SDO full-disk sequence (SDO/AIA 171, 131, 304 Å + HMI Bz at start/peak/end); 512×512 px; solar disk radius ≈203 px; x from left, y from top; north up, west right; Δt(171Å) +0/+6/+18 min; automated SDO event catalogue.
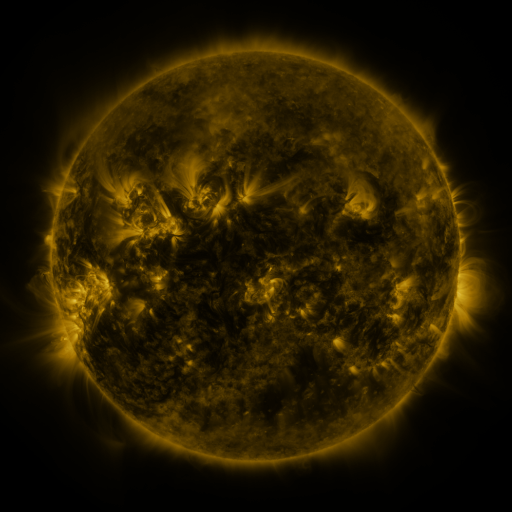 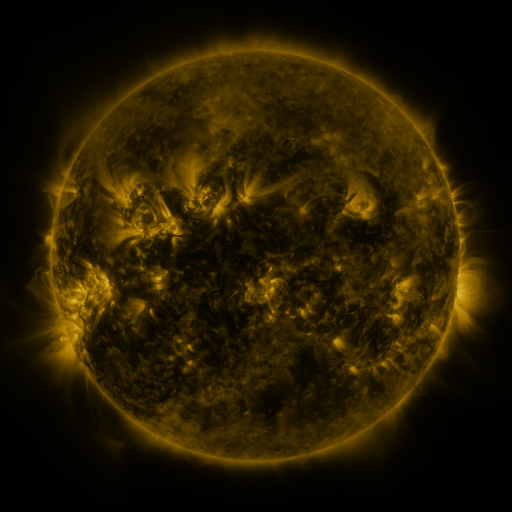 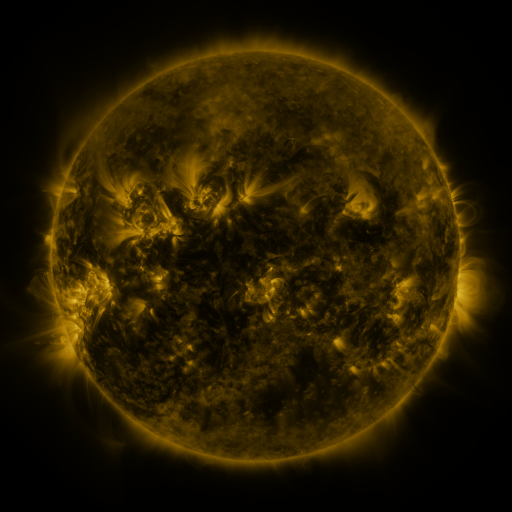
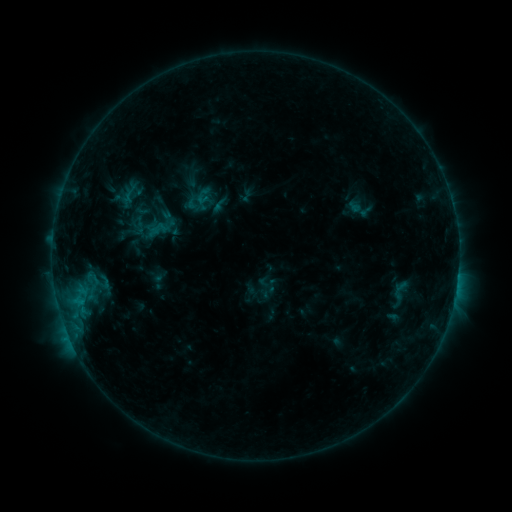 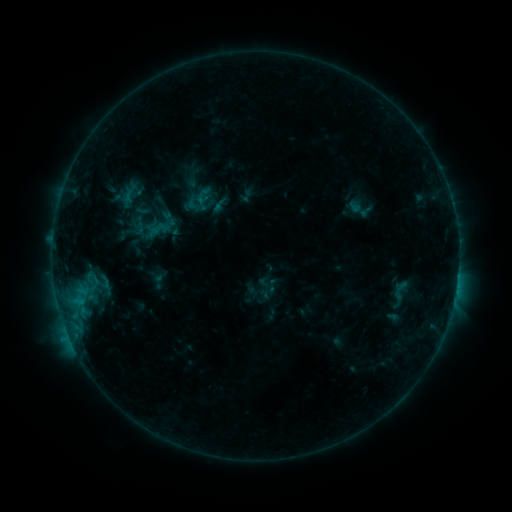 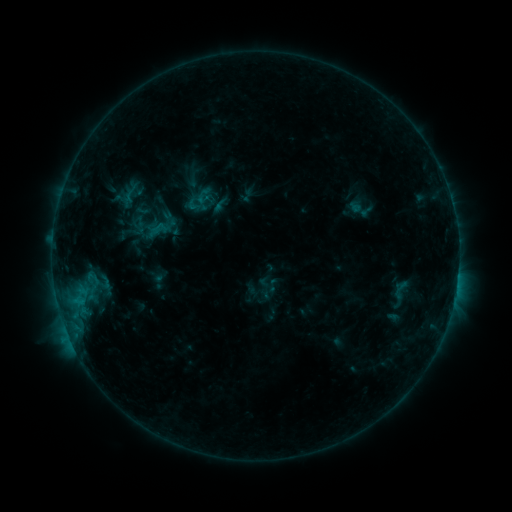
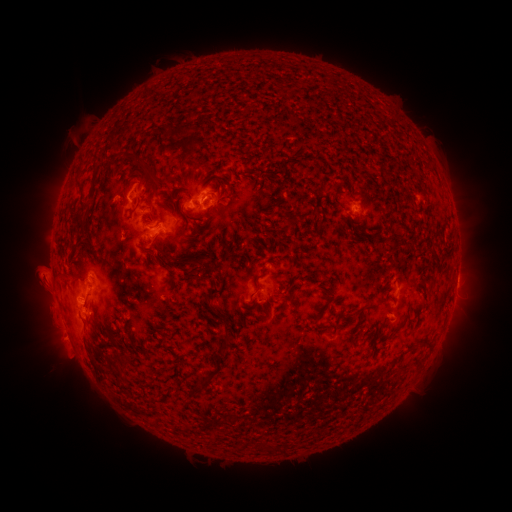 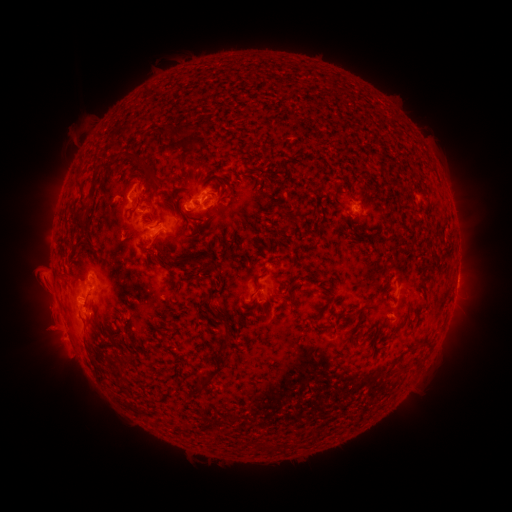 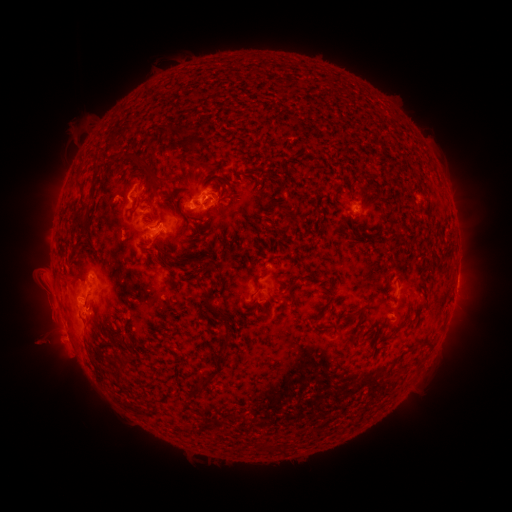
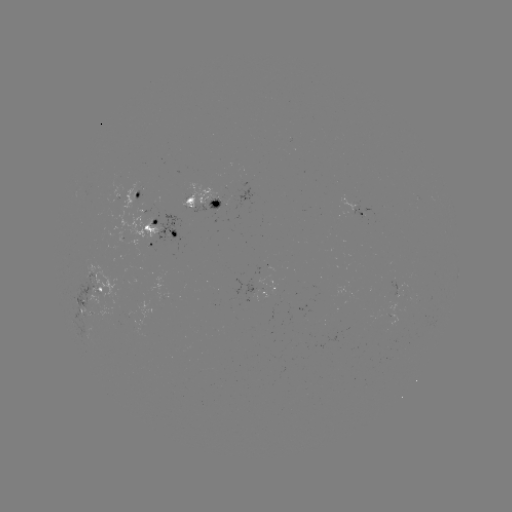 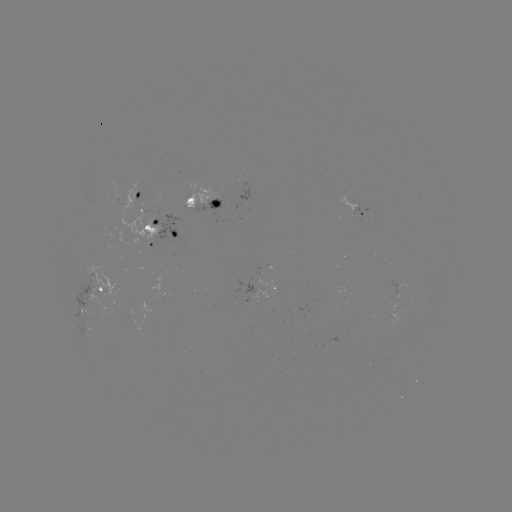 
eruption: [23, 306, 83, 364]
